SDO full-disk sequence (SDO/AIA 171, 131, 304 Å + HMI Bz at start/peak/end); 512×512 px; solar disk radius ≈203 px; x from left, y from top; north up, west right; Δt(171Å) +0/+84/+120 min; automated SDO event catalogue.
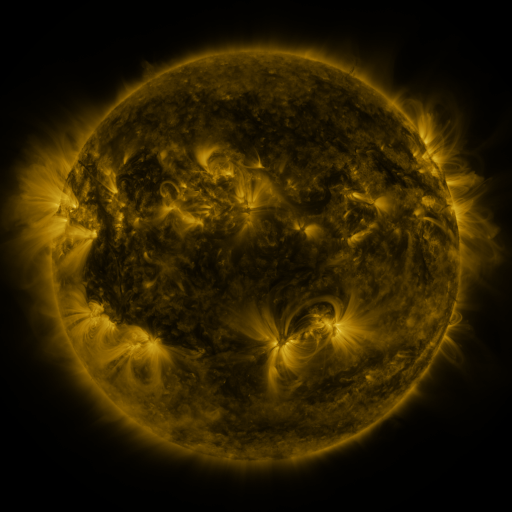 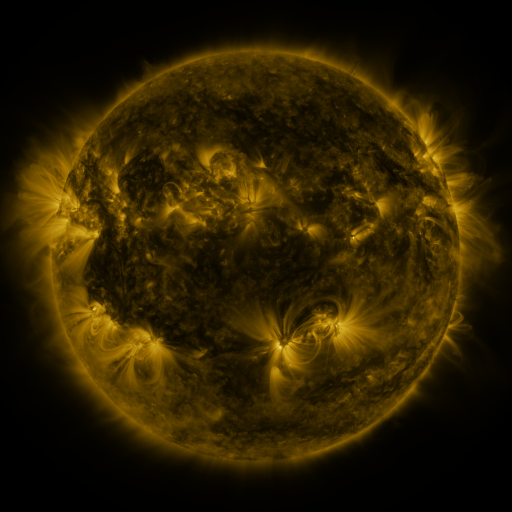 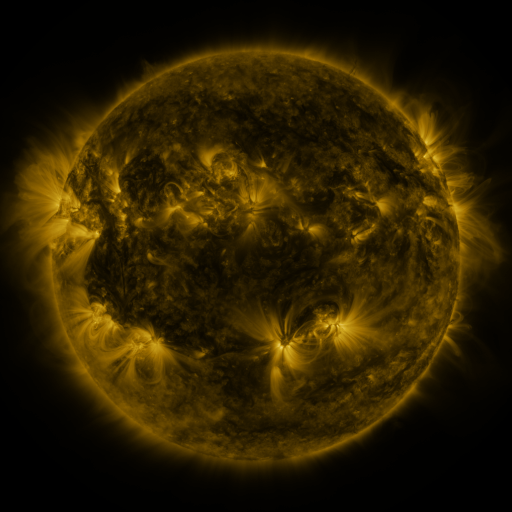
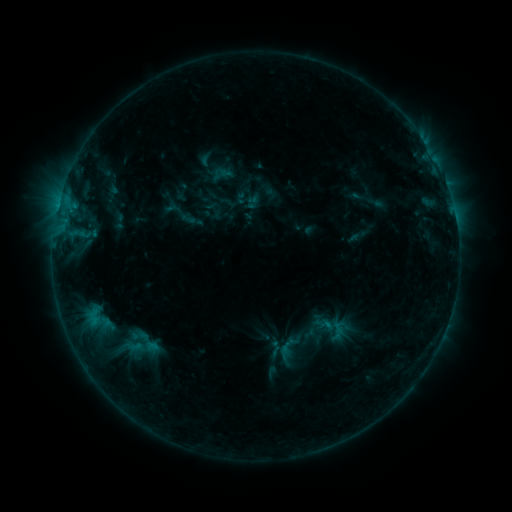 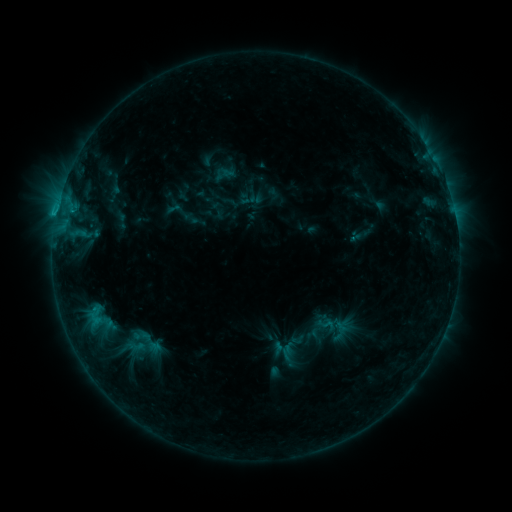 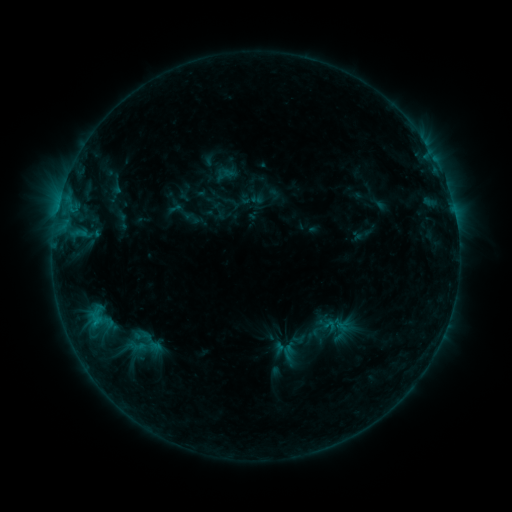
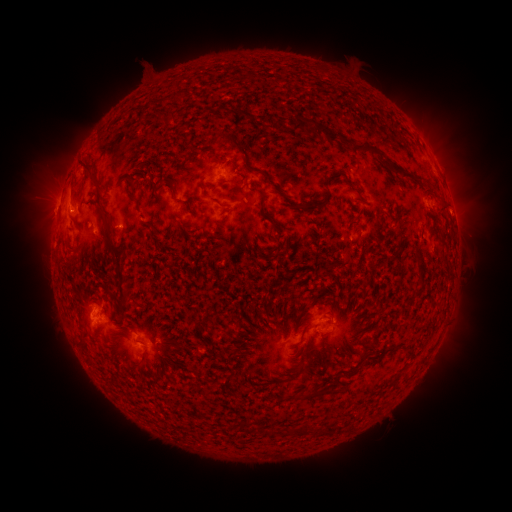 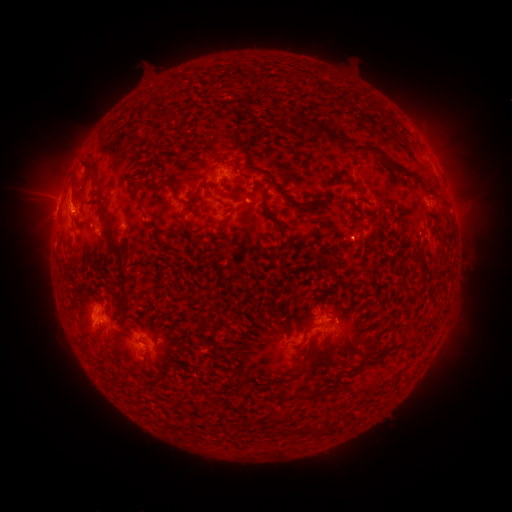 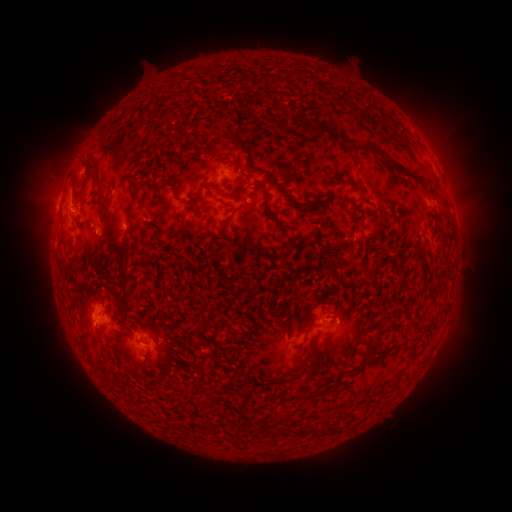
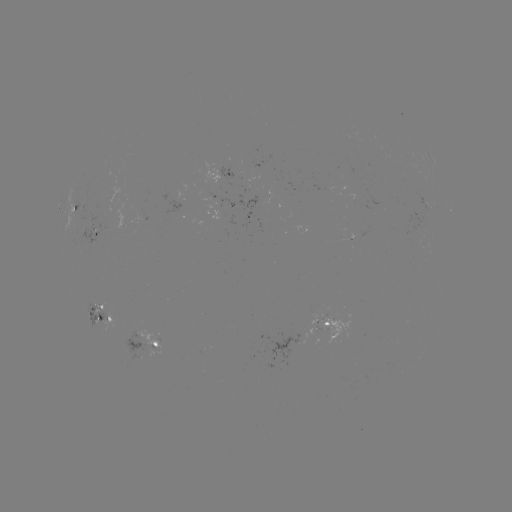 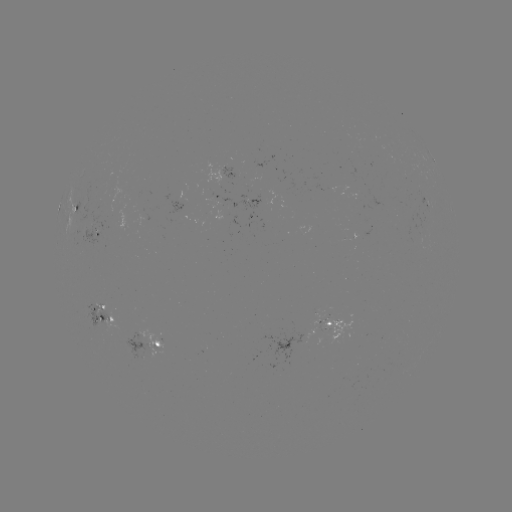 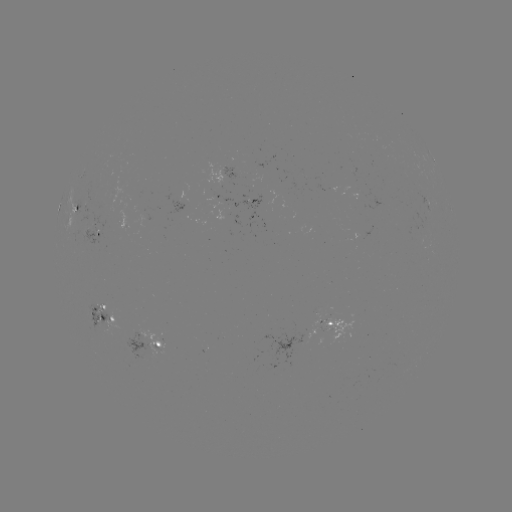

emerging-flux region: (349, 190, 383, 207)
